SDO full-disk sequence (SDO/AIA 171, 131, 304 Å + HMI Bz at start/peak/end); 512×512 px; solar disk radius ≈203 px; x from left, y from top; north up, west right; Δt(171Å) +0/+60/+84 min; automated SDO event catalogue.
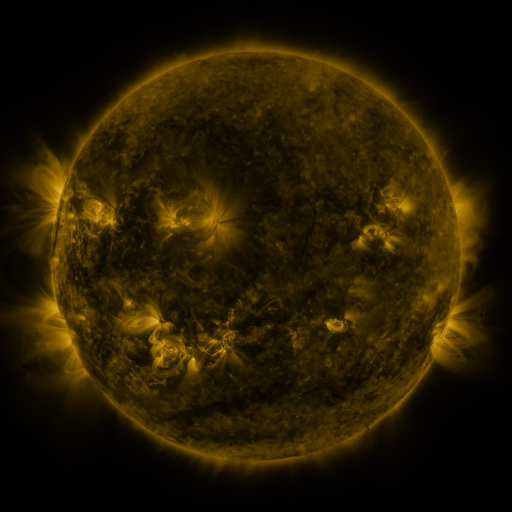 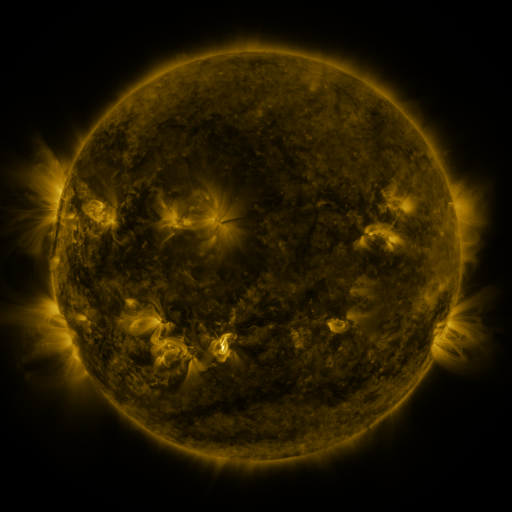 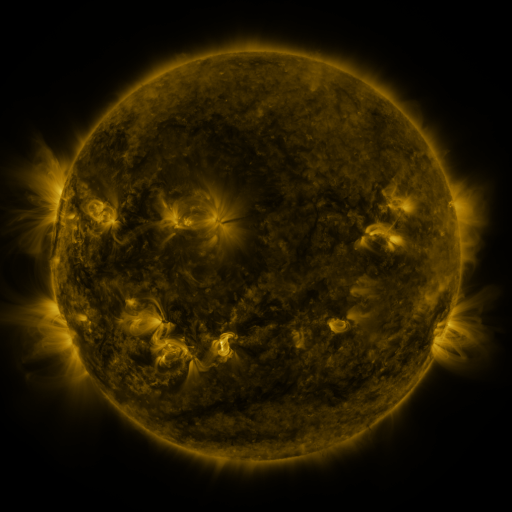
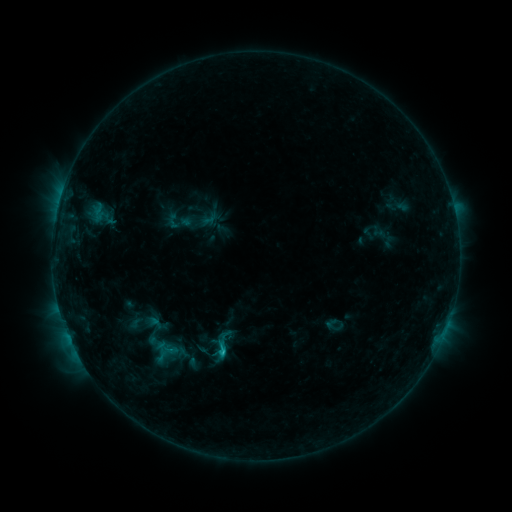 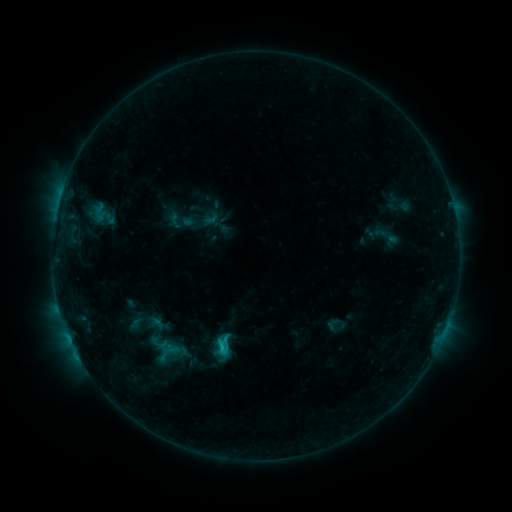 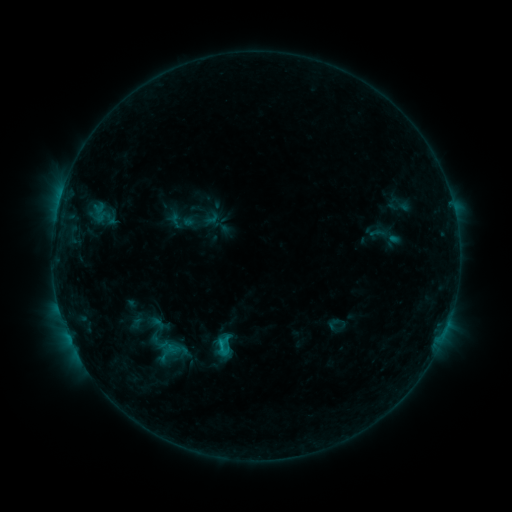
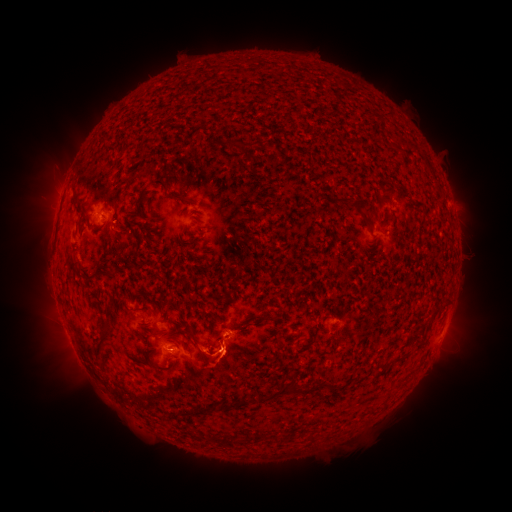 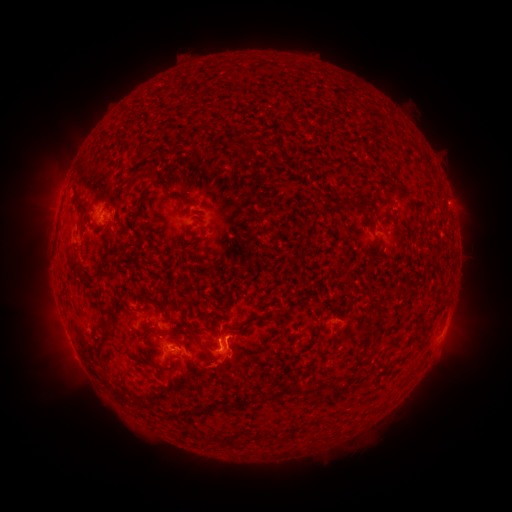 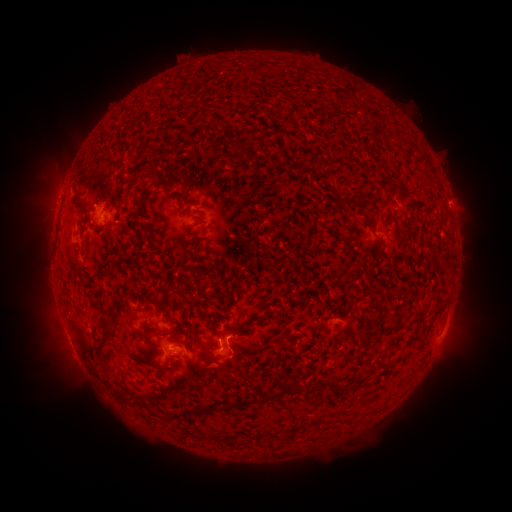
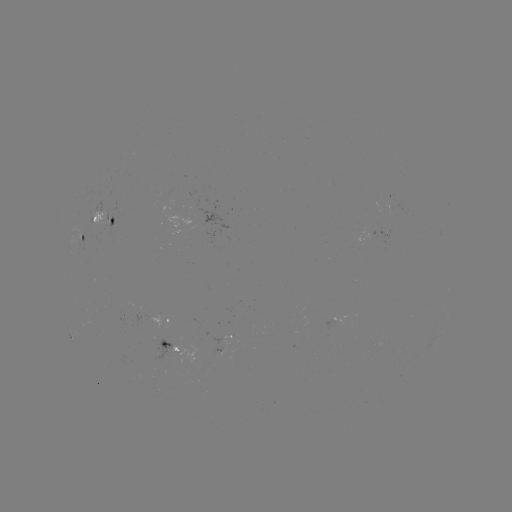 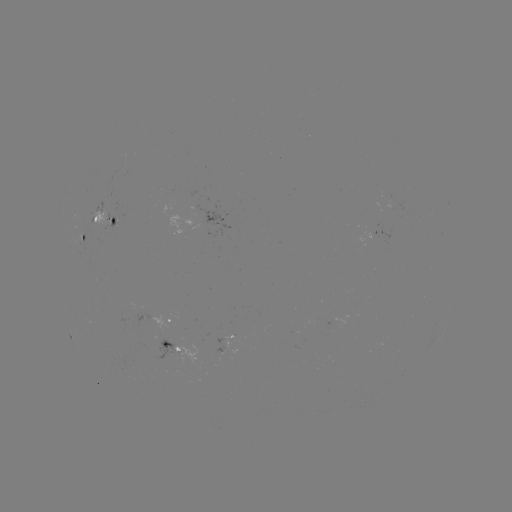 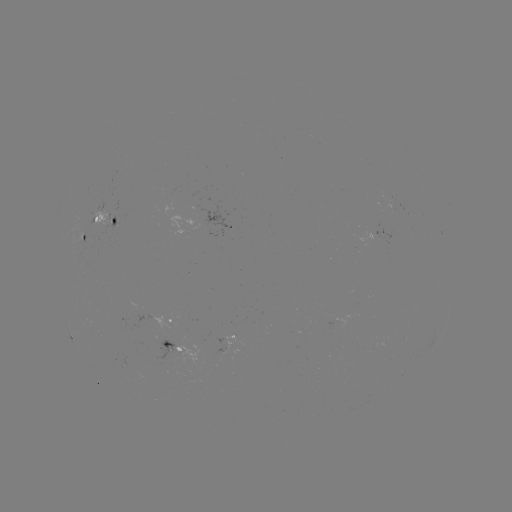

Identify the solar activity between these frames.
emerging-flux region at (96, 219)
